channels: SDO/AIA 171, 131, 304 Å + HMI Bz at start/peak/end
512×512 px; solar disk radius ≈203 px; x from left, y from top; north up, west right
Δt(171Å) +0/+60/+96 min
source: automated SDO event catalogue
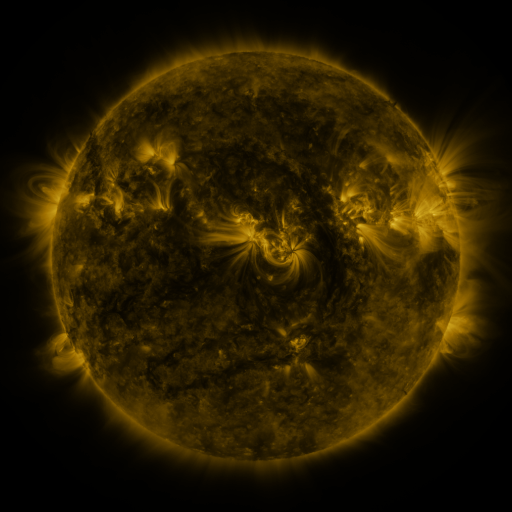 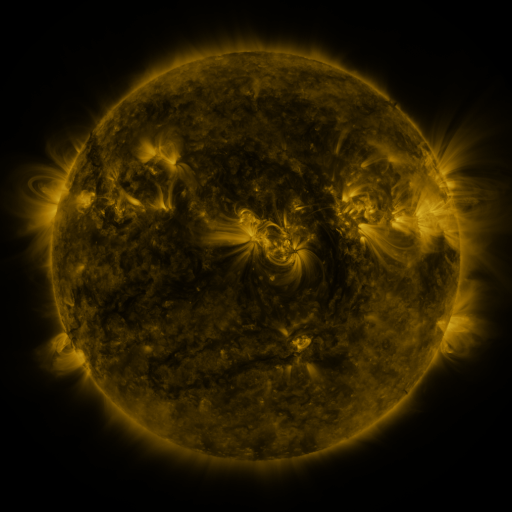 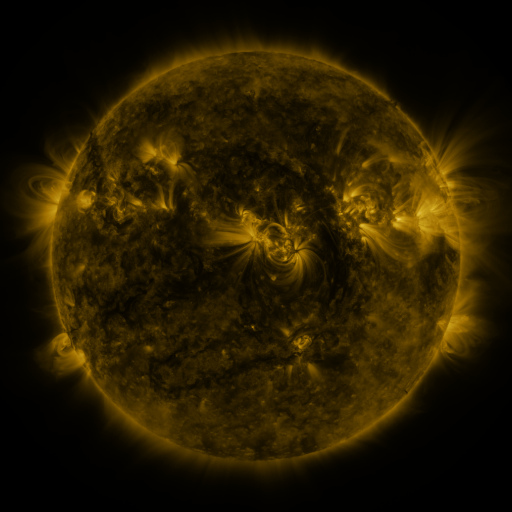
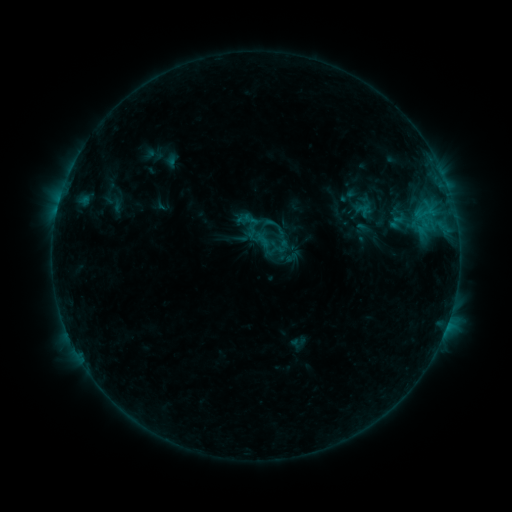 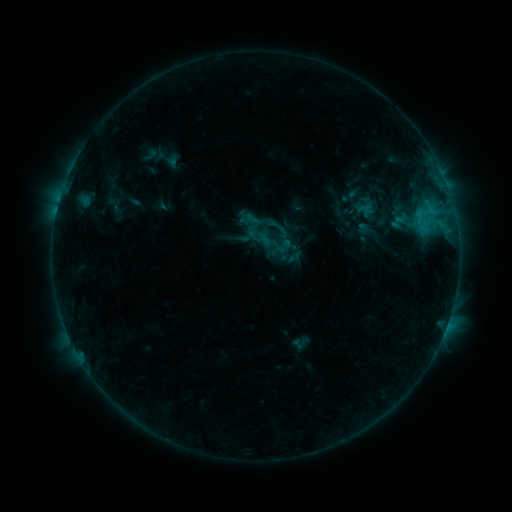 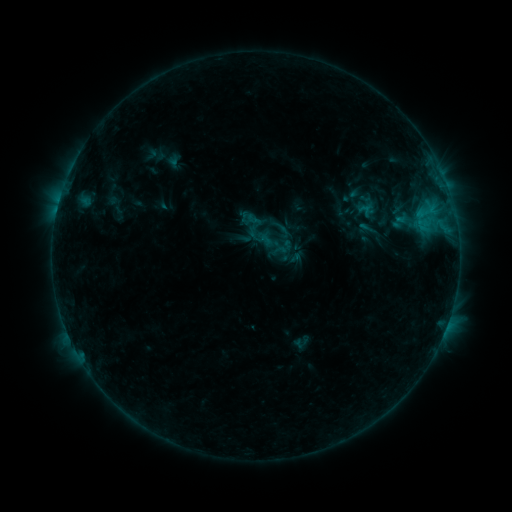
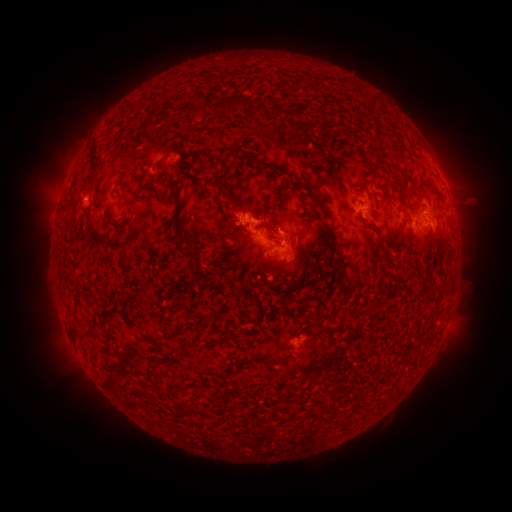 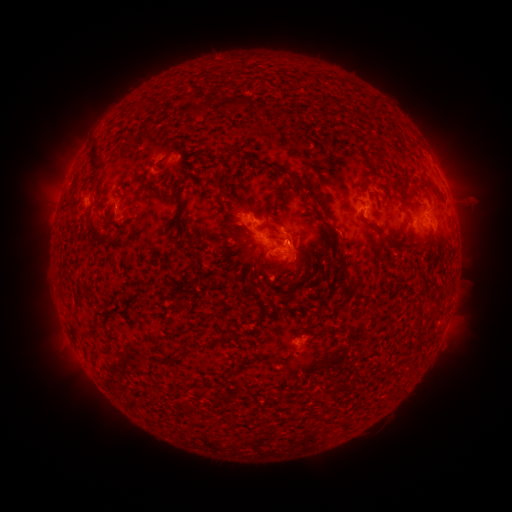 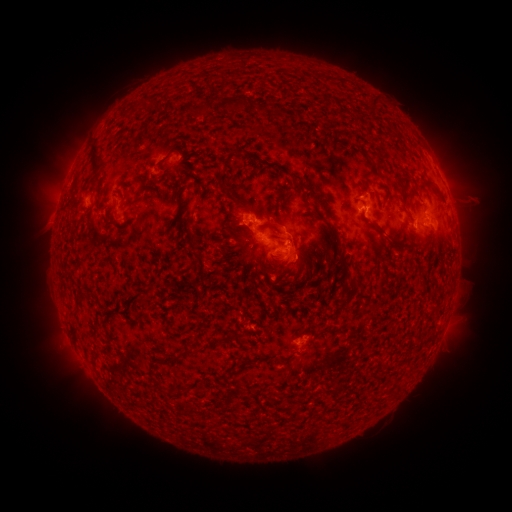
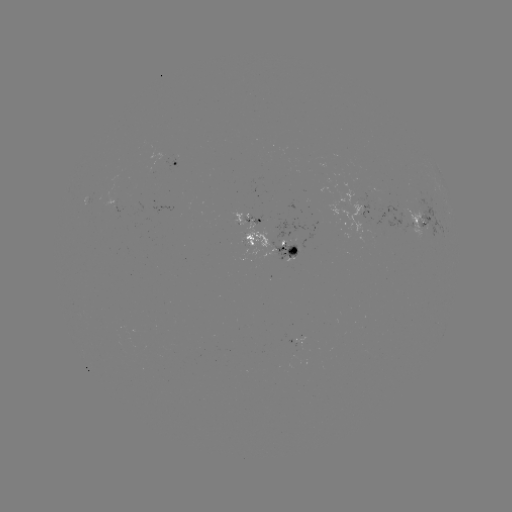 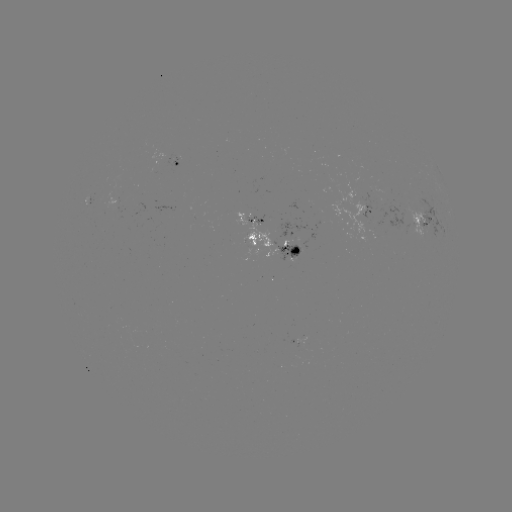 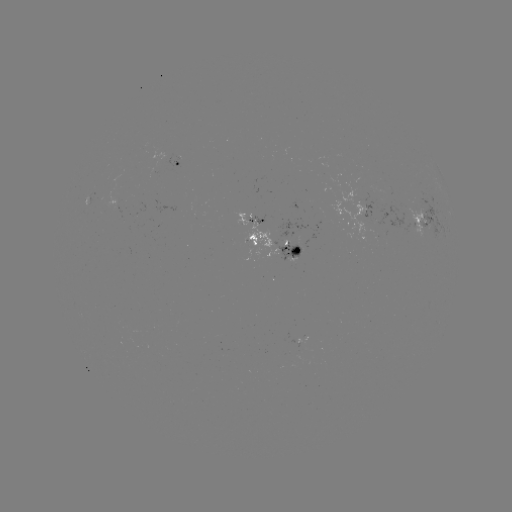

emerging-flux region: (369, 205, 390, 226)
